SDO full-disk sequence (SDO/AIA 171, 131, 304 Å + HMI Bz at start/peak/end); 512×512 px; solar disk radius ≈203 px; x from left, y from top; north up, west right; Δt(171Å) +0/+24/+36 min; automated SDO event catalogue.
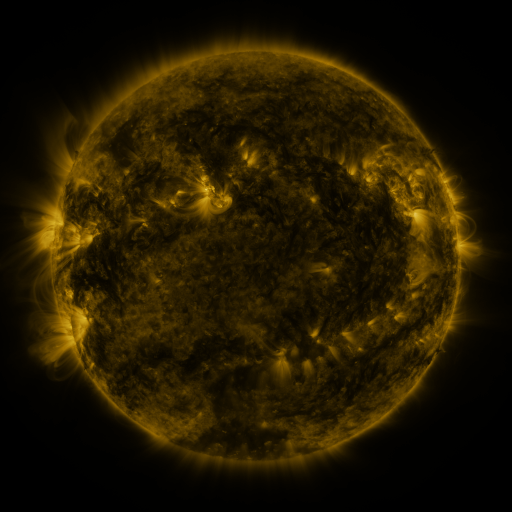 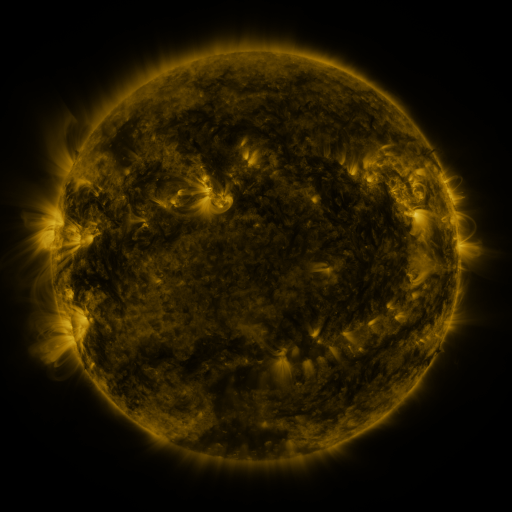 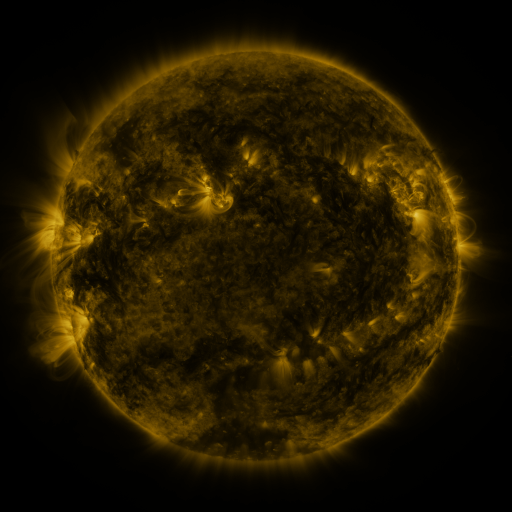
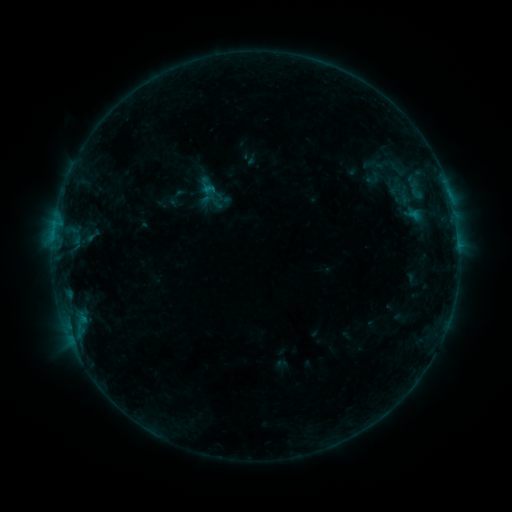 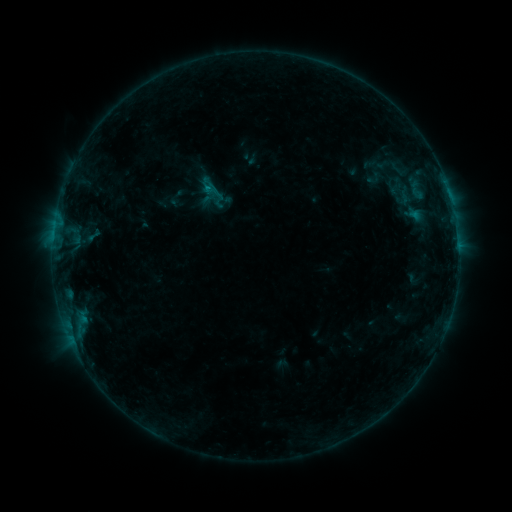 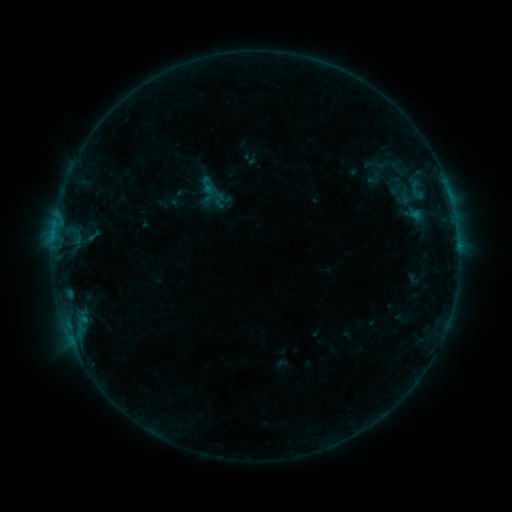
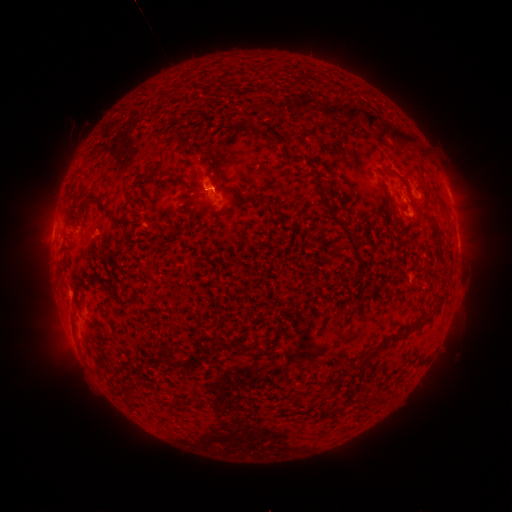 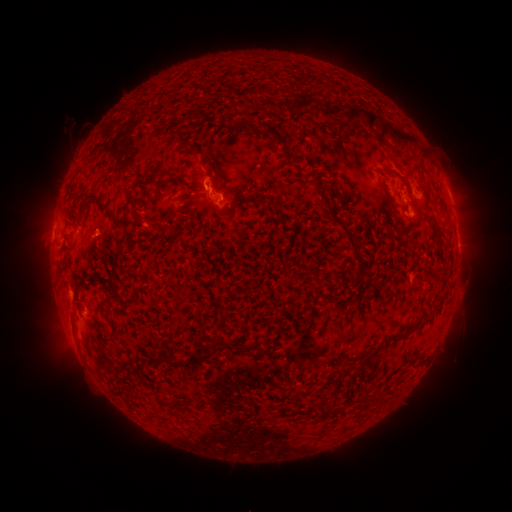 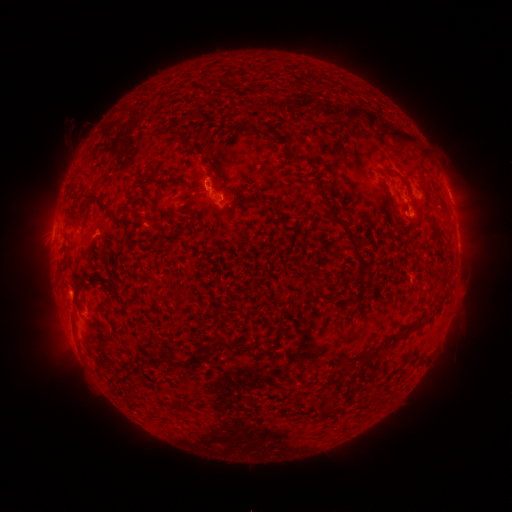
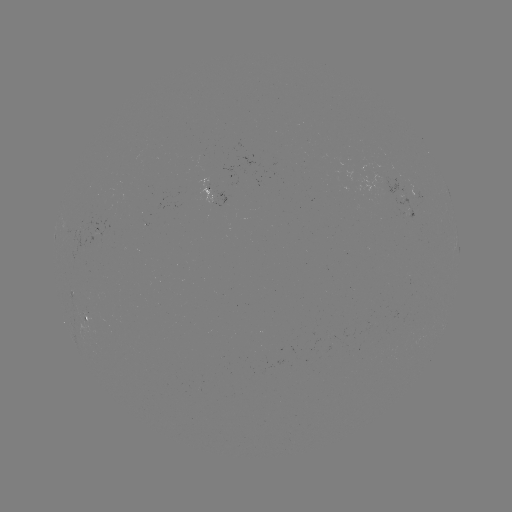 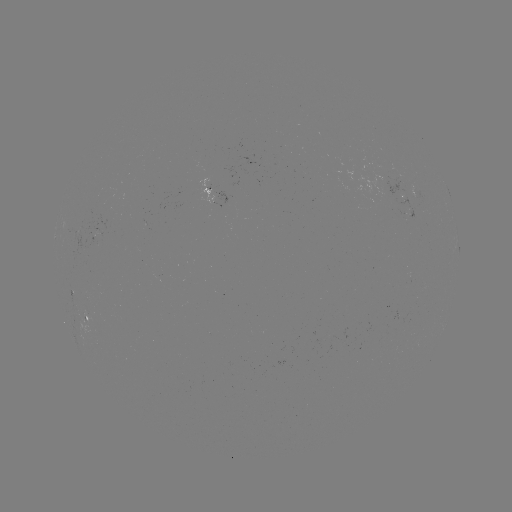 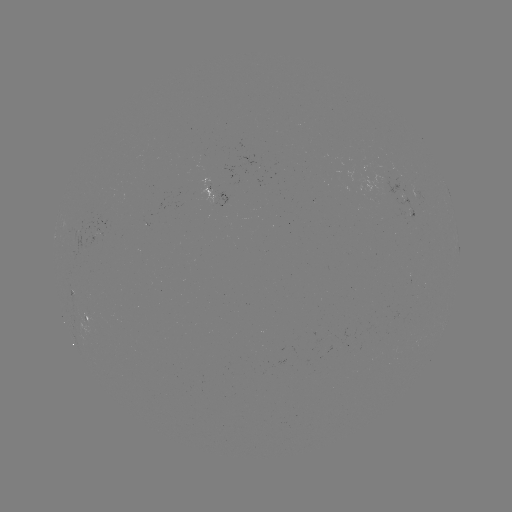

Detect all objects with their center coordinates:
B3.9 flare: (208, 187)
